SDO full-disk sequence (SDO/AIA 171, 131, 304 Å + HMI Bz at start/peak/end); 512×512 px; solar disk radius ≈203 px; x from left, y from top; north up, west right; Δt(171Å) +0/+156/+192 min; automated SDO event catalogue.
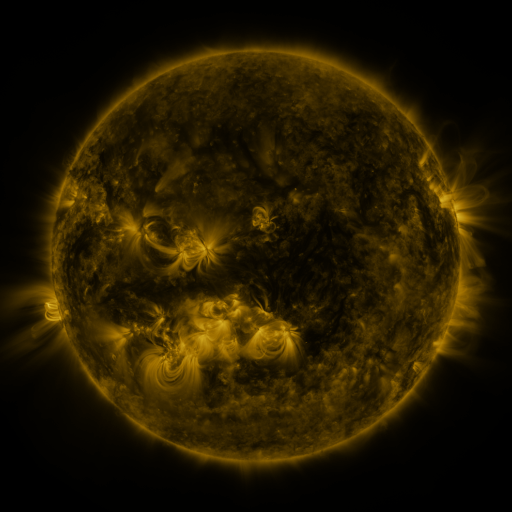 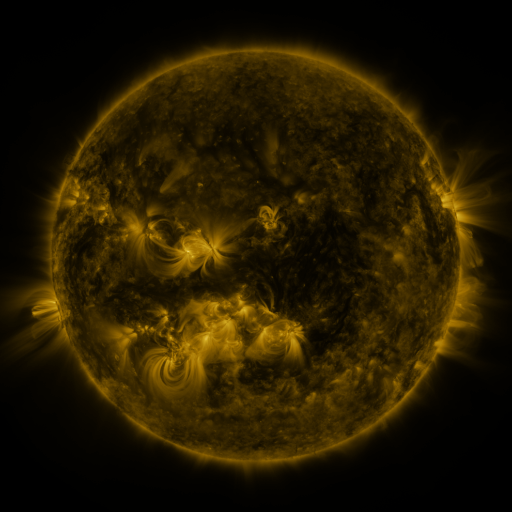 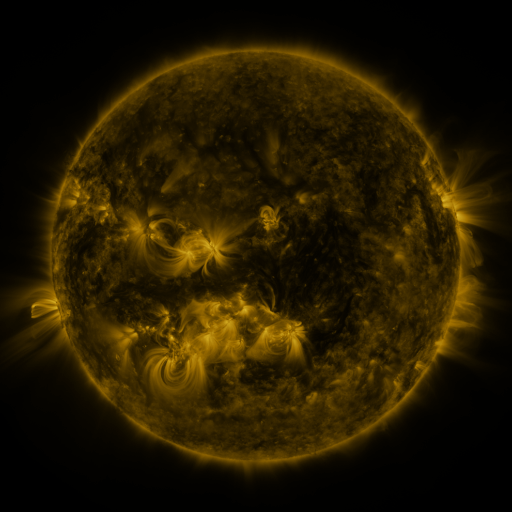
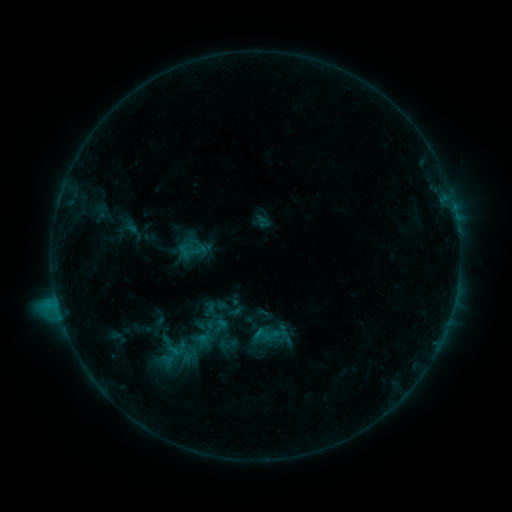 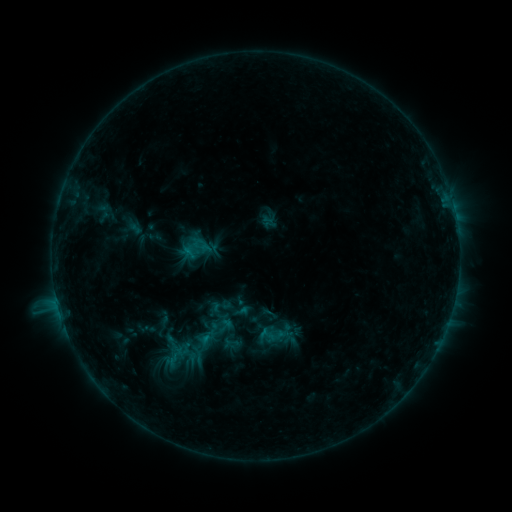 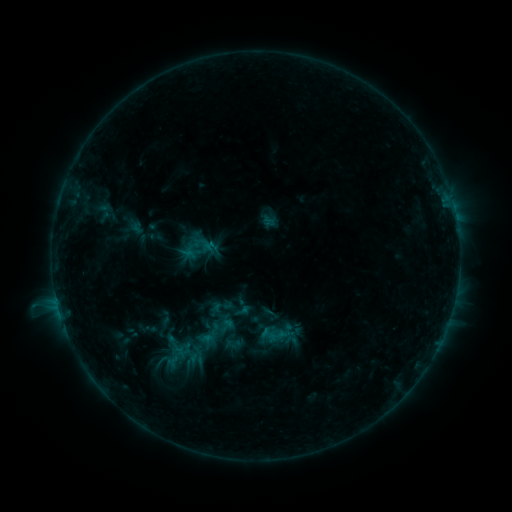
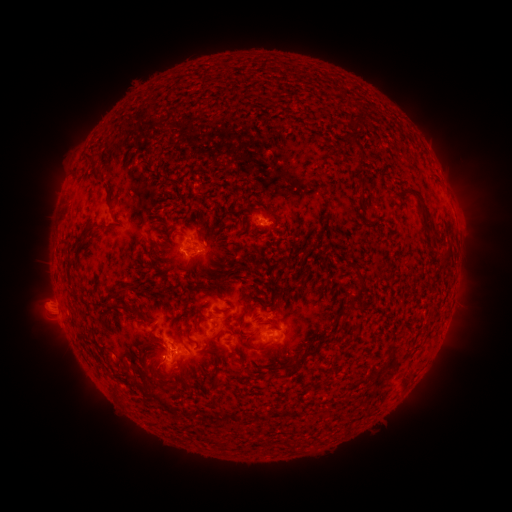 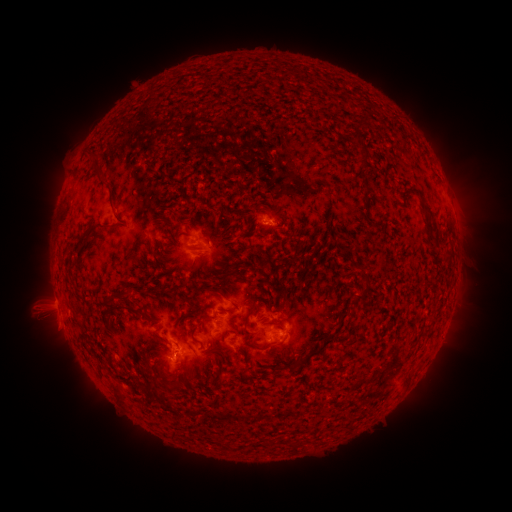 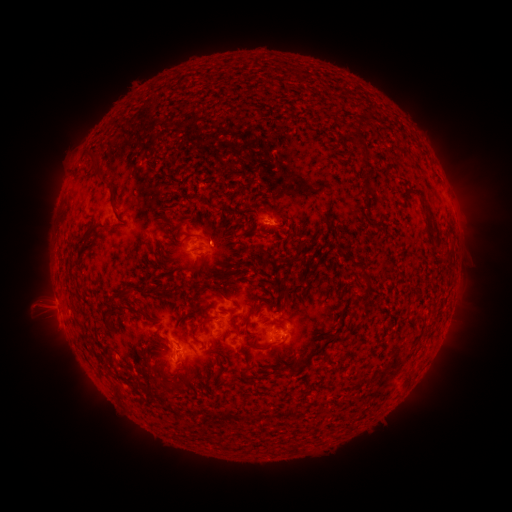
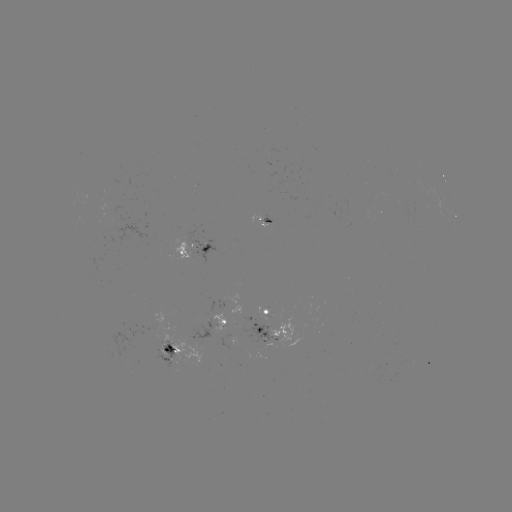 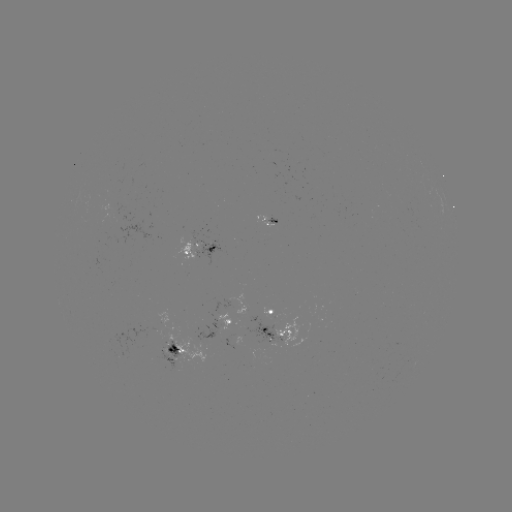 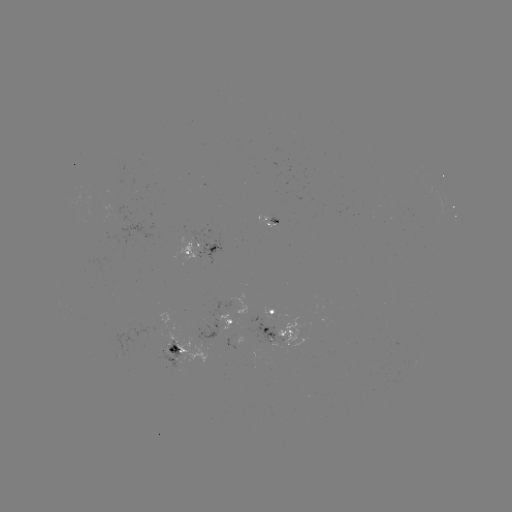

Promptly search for emerging-flux region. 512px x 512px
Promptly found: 204,245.